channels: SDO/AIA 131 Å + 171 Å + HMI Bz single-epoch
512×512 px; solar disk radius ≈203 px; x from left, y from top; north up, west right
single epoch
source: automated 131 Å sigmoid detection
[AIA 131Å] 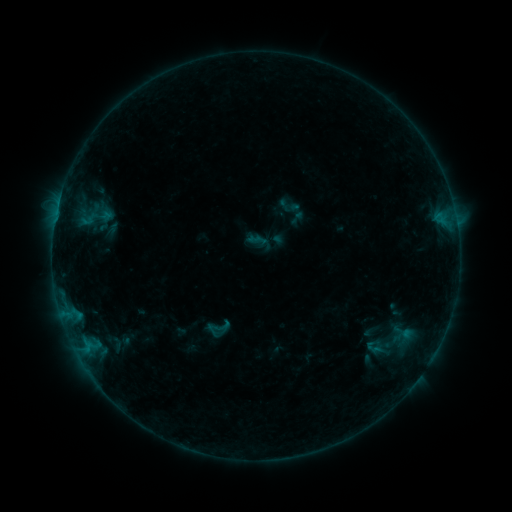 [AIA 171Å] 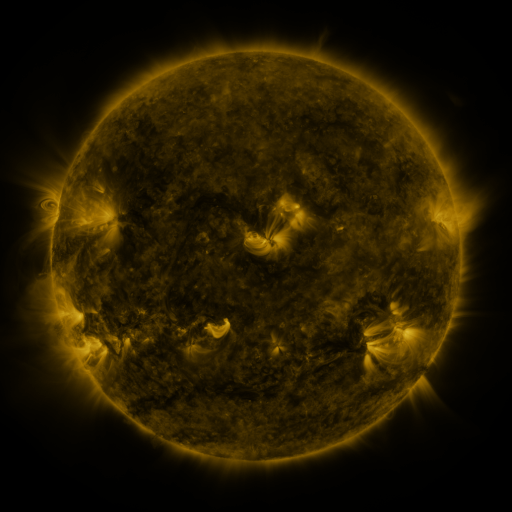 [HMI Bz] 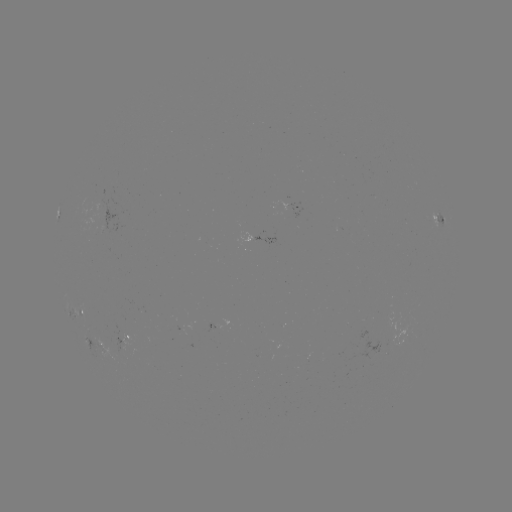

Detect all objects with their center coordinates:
sigmoid: (217, 328)
